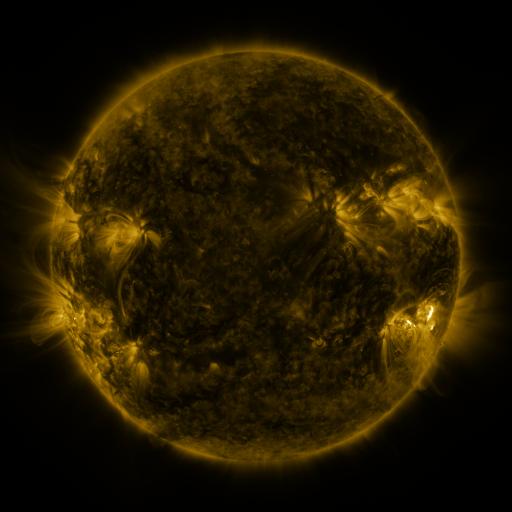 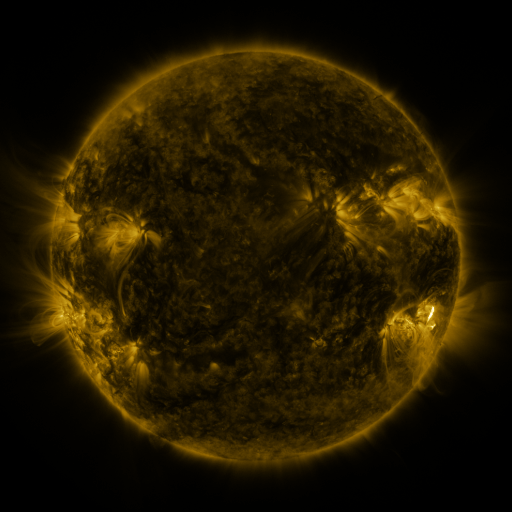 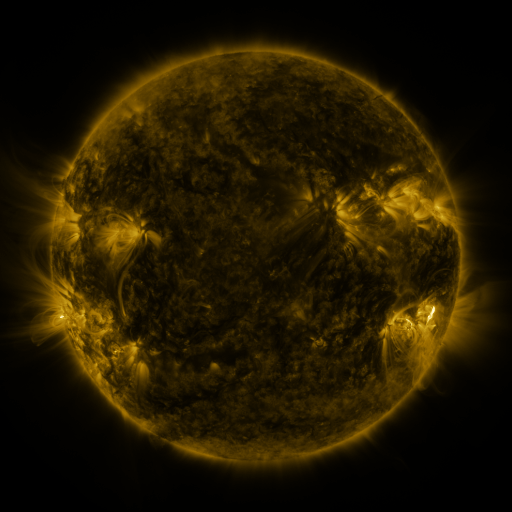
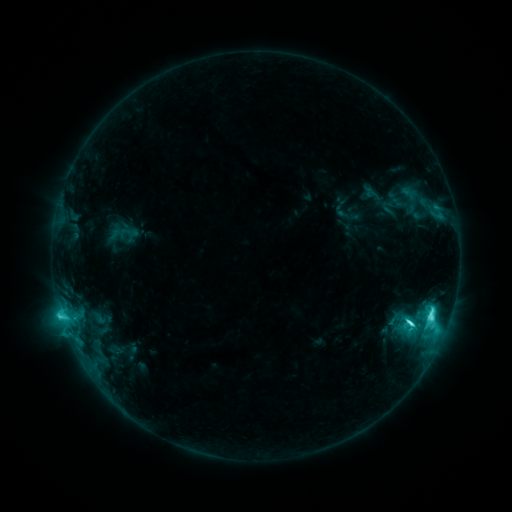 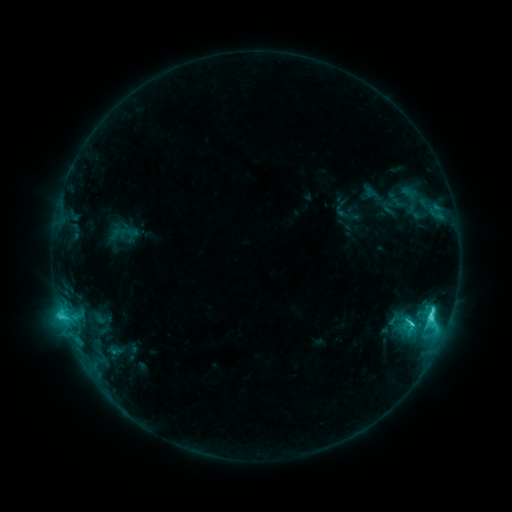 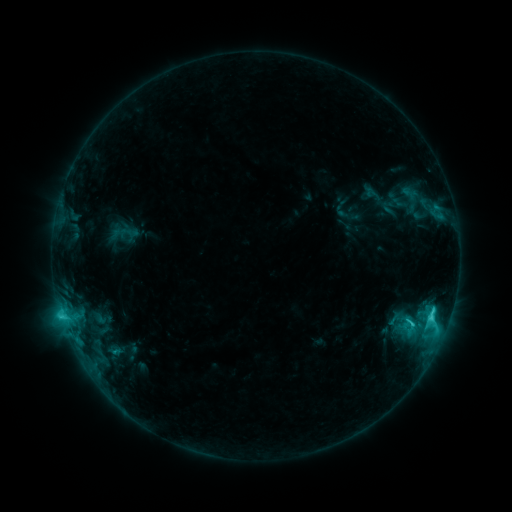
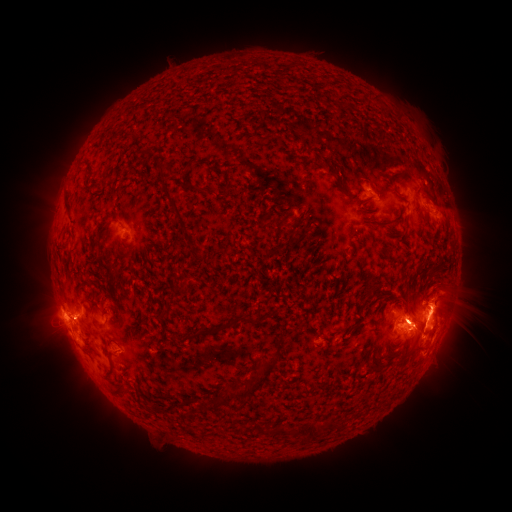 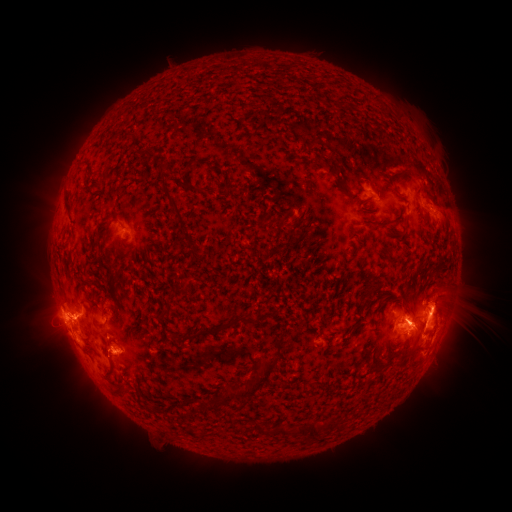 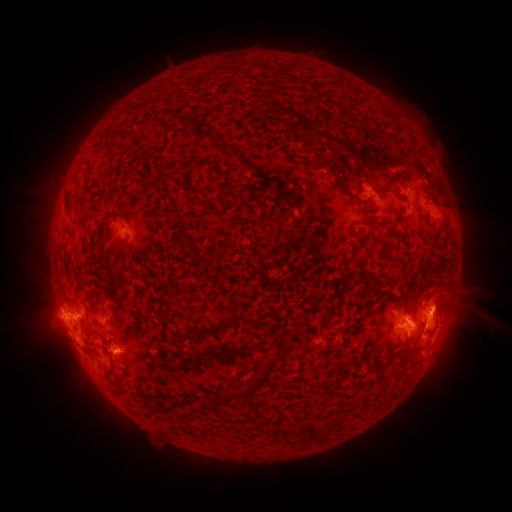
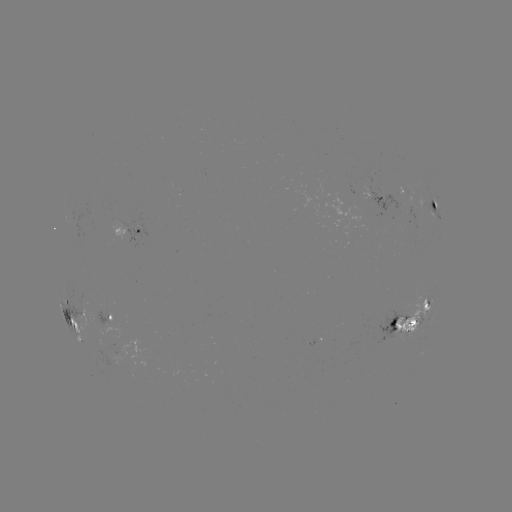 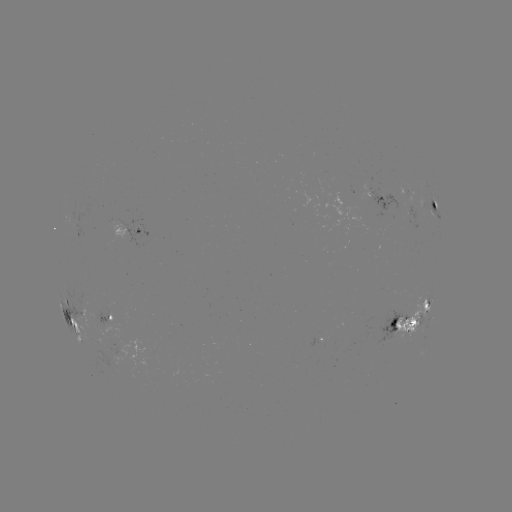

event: eruption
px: (120, 352)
